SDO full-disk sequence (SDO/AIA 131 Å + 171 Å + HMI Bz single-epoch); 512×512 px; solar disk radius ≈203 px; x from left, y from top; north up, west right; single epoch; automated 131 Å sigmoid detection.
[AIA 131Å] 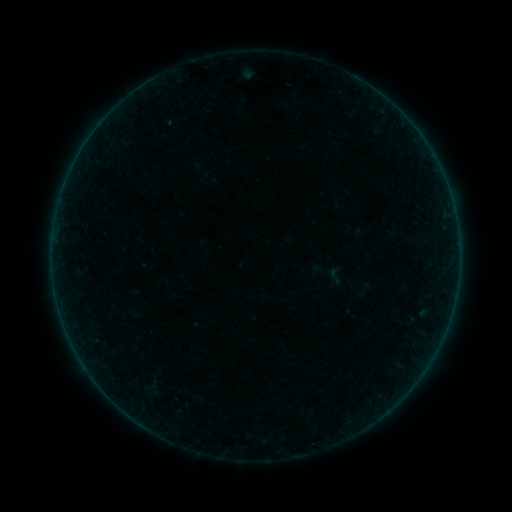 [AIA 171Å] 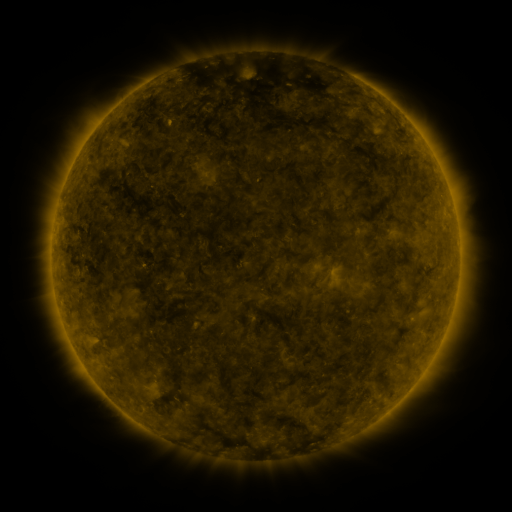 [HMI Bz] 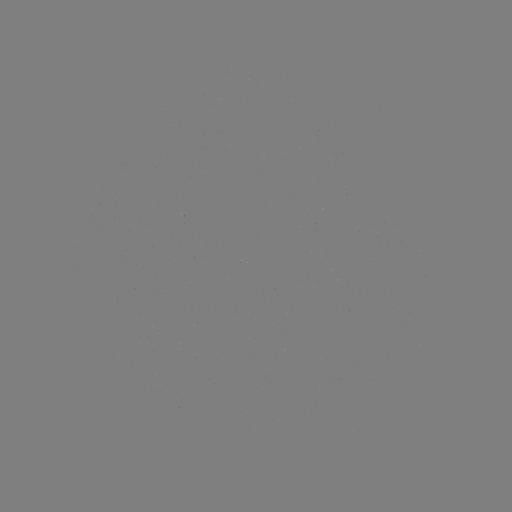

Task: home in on sigmoid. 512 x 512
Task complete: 335,276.